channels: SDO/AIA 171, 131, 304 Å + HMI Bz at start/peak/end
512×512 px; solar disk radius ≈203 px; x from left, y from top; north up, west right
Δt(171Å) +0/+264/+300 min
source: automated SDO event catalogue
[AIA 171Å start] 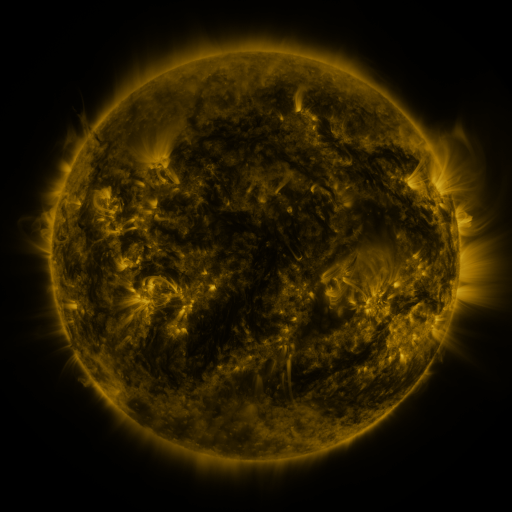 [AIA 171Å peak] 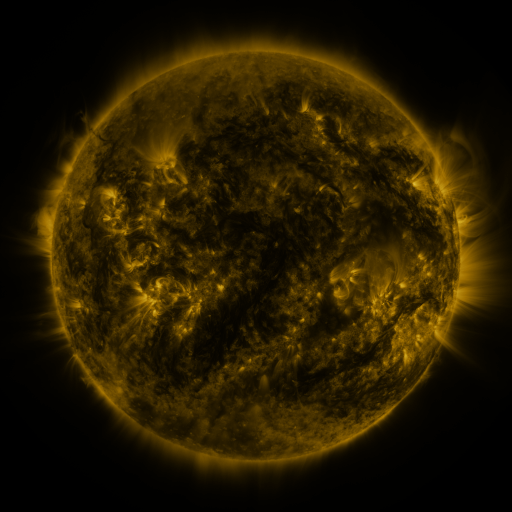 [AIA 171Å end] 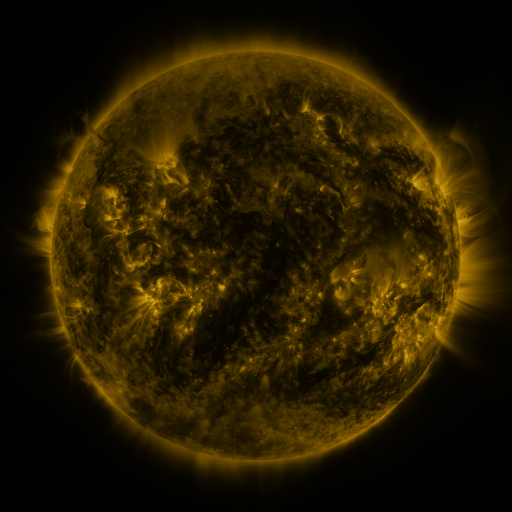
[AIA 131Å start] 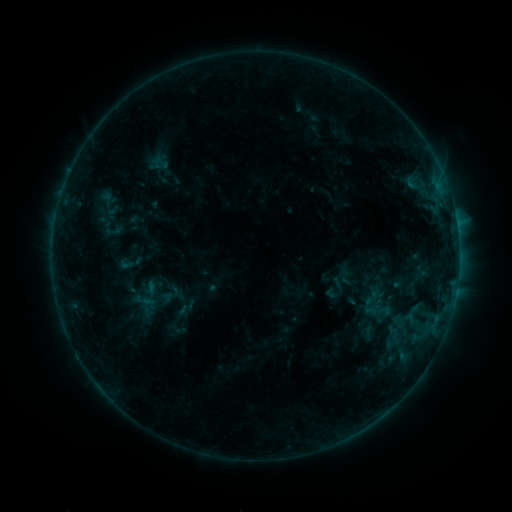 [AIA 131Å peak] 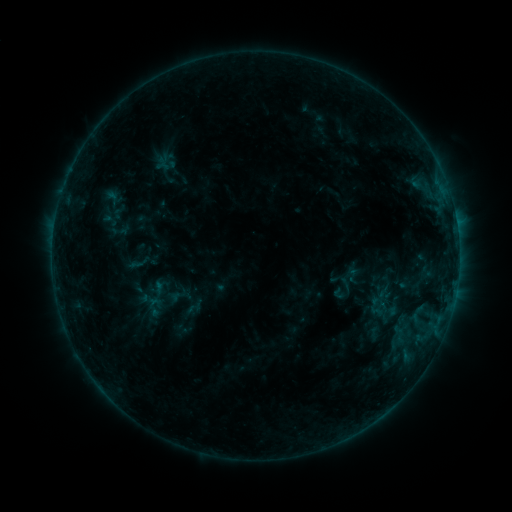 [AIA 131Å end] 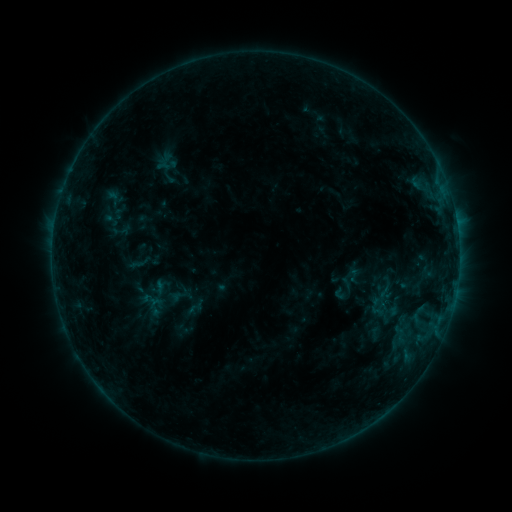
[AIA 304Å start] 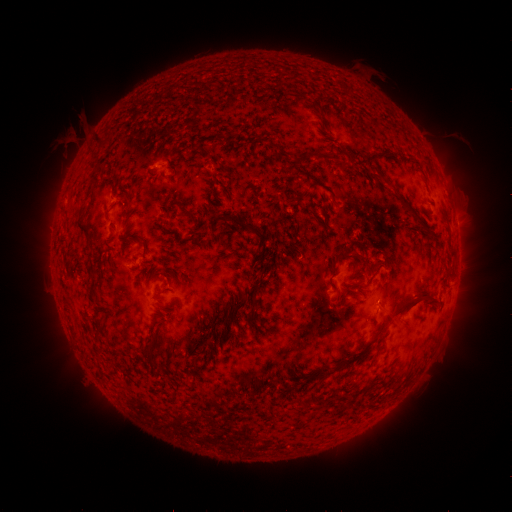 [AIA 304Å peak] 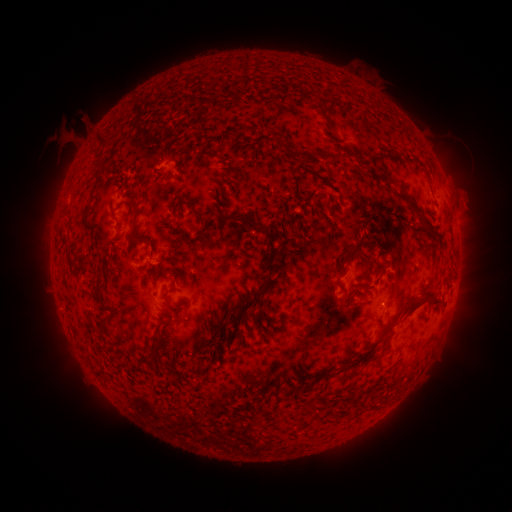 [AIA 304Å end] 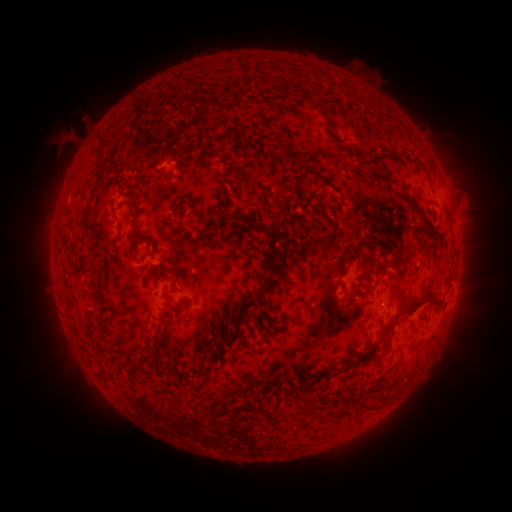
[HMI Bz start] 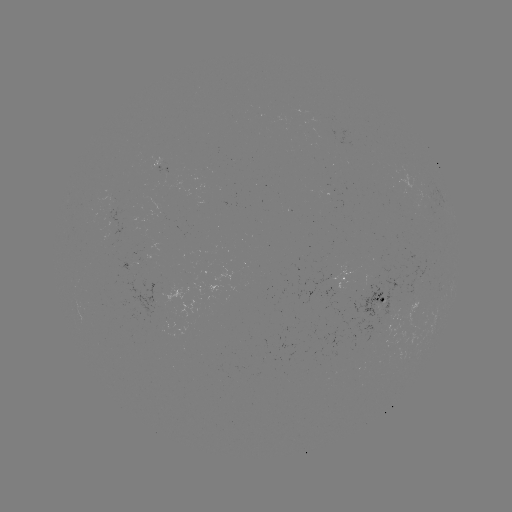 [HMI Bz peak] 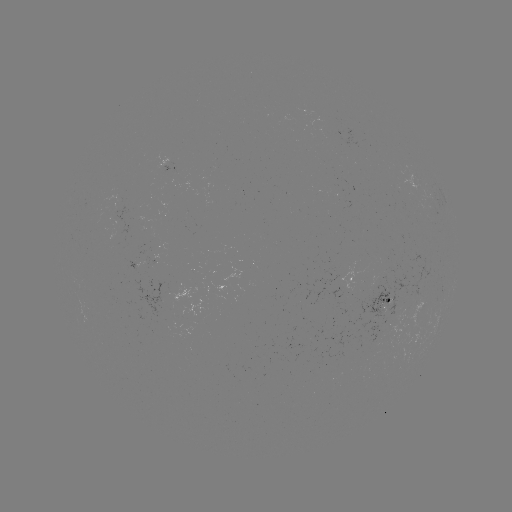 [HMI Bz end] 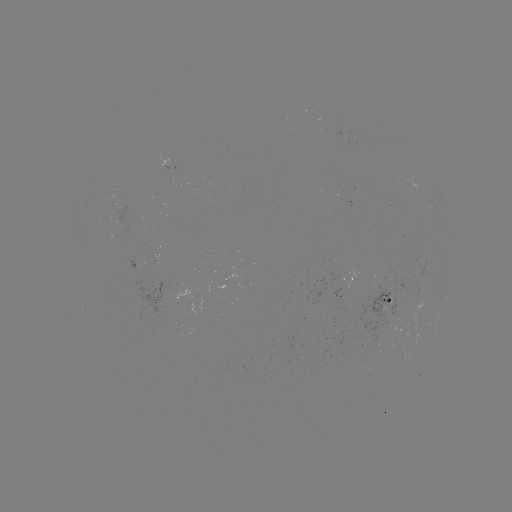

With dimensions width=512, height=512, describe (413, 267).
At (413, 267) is emerging-flux region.